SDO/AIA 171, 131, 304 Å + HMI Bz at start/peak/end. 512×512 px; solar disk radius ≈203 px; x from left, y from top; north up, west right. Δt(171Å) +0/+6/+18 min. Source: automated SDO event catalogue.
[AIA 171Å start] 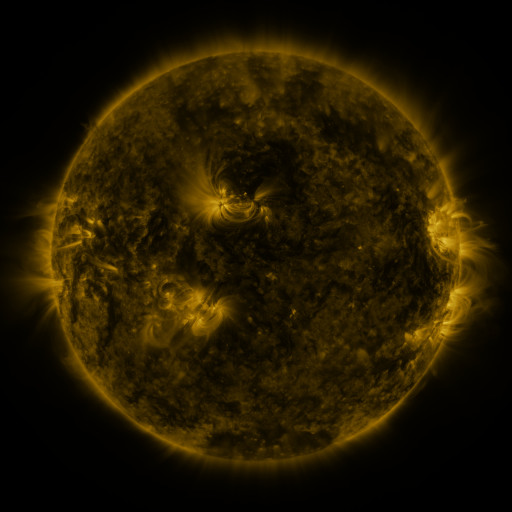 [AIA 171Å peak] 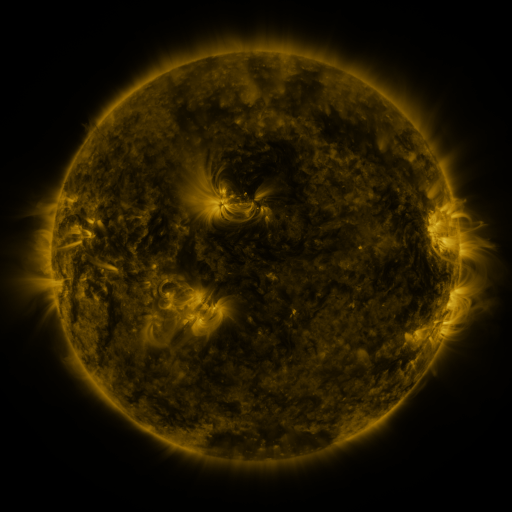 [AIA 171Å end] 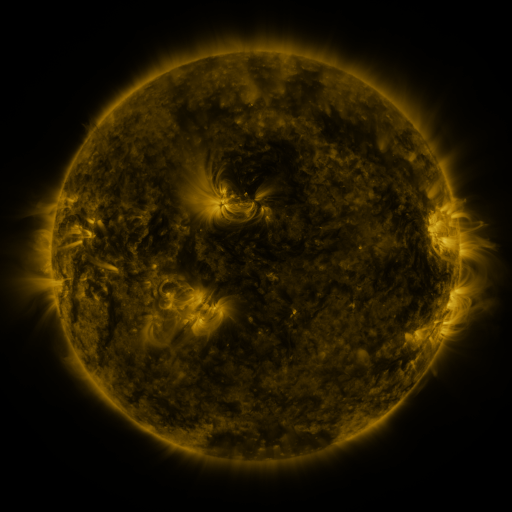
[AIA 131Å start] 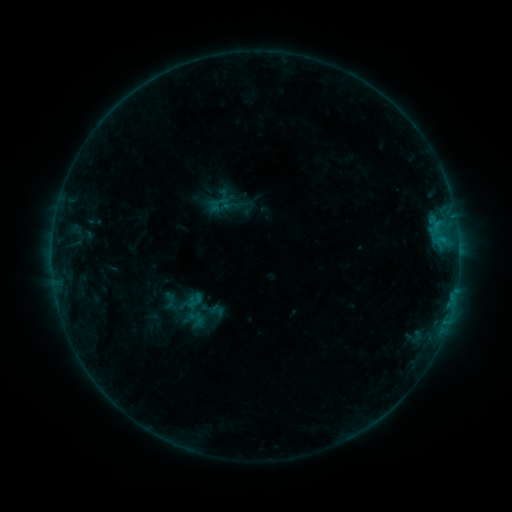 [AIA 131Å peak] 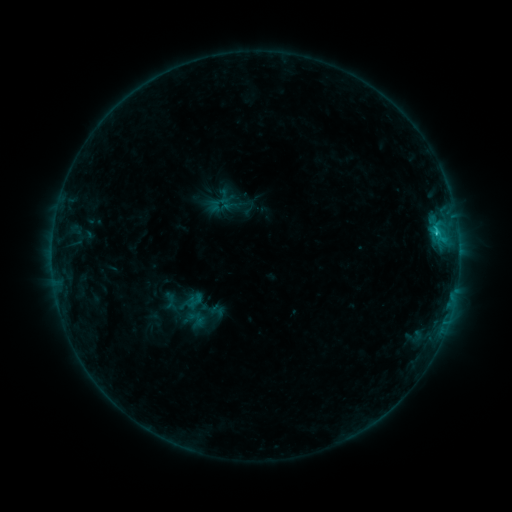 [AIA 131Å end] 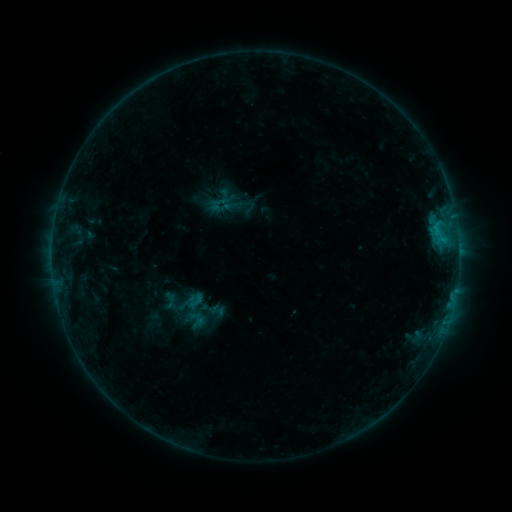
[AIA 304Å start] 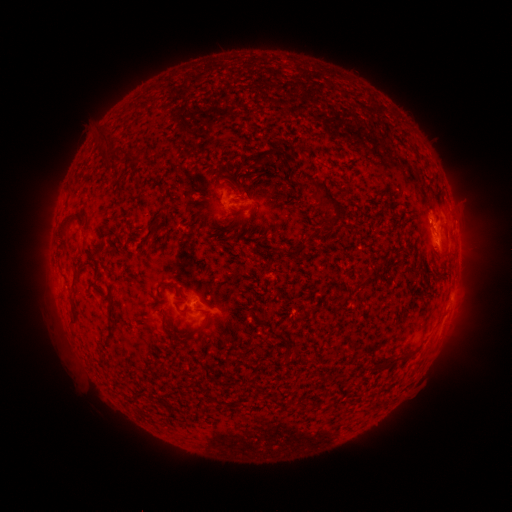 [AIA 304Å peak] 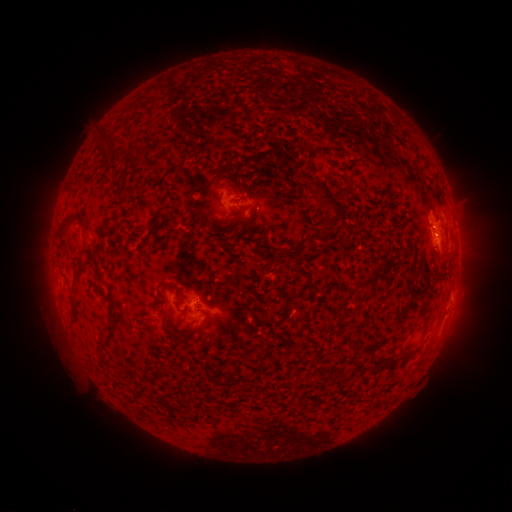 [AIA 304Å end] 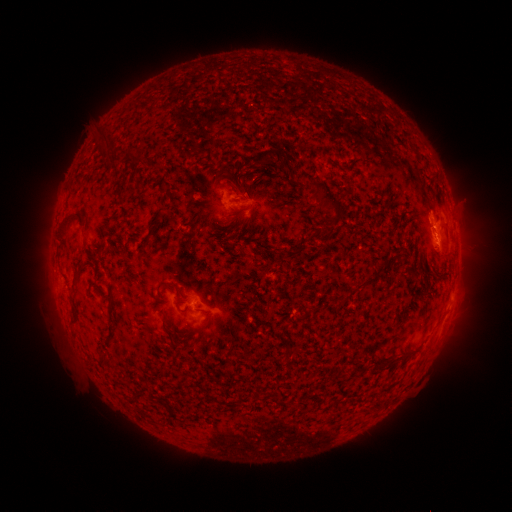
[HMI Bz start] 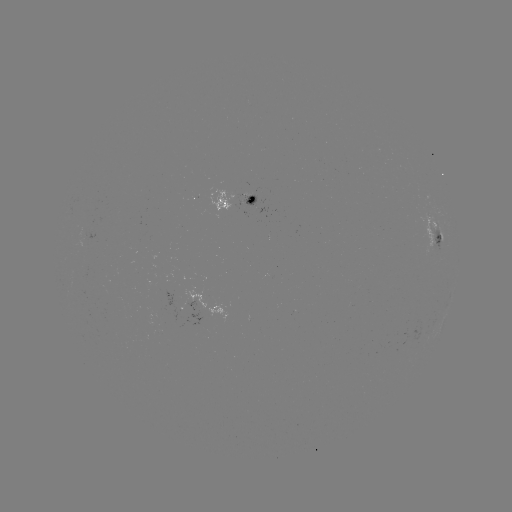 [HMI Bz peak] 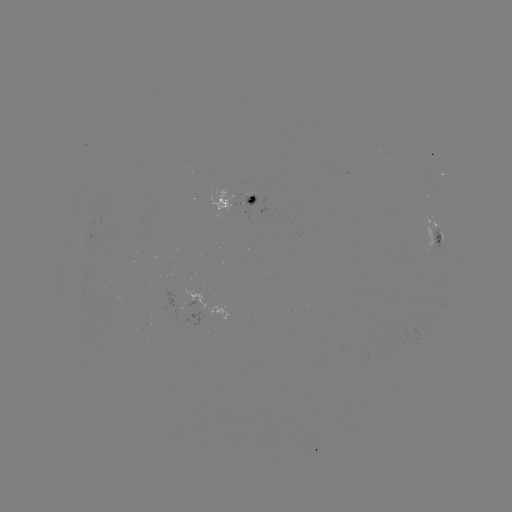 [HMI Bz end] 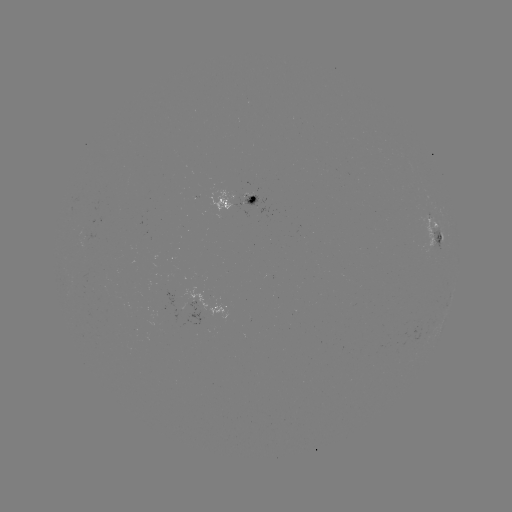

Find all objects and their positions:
B8.8 flare: (435, 235)
